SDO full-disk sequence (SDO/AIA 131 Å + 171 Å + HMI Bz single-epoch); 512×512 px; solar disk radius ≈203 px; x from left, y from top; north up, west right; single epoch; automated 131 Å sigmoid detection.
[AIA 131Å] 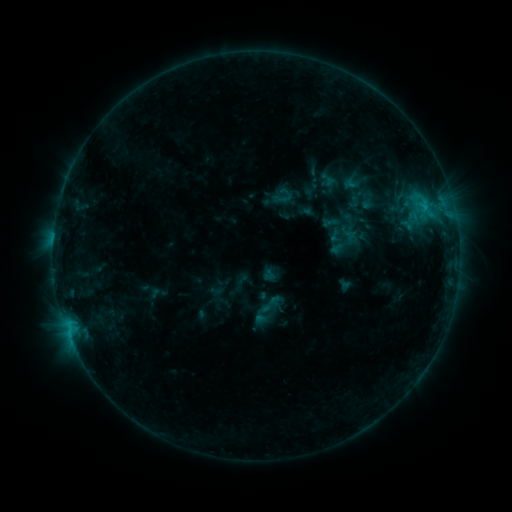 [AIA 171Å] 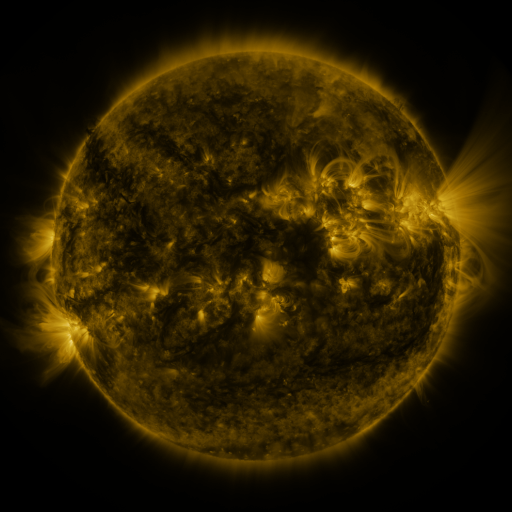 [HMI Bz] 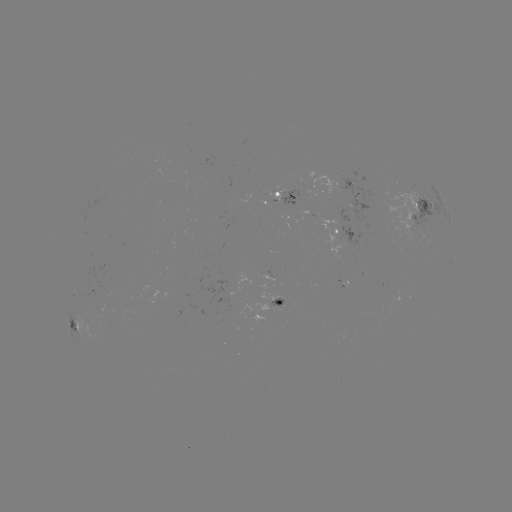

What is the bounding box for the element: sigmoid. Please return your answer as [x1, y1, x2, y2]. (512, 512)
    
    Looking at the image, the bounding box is [258, 291, 282, 316].